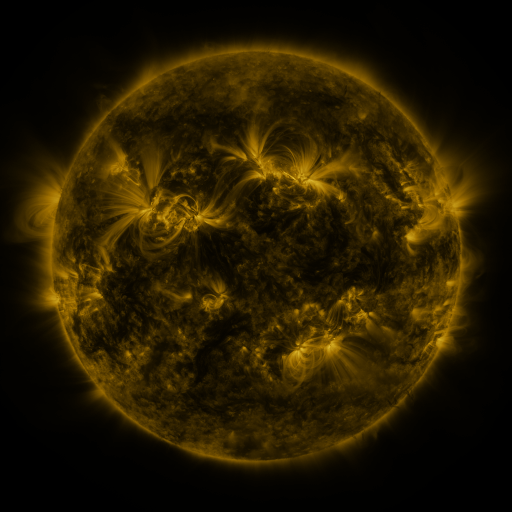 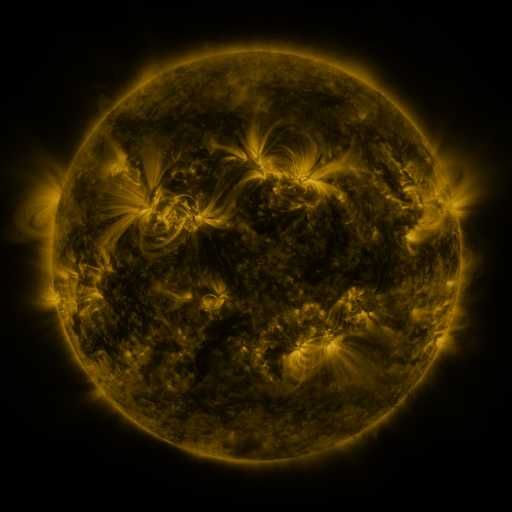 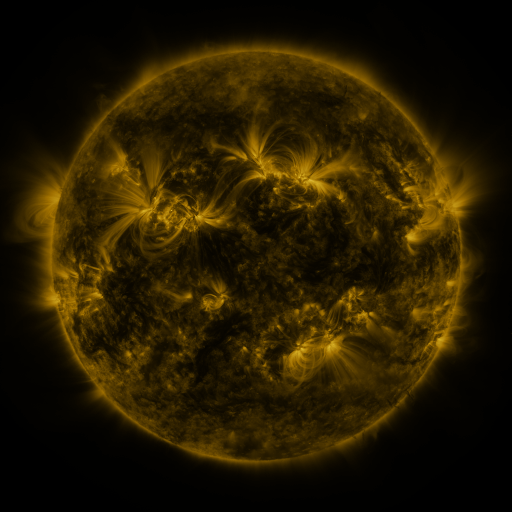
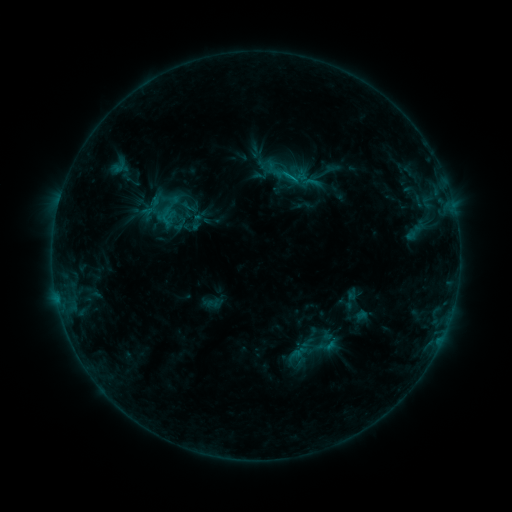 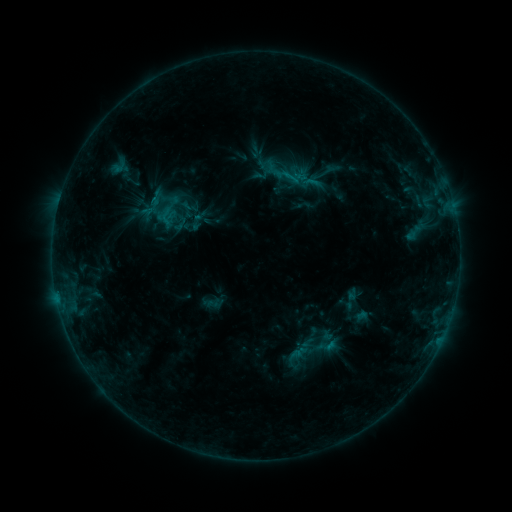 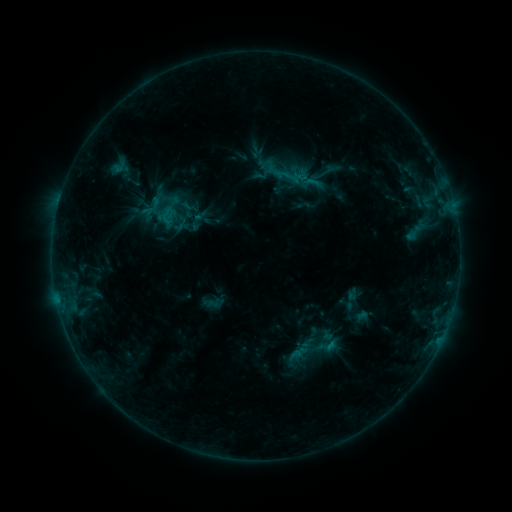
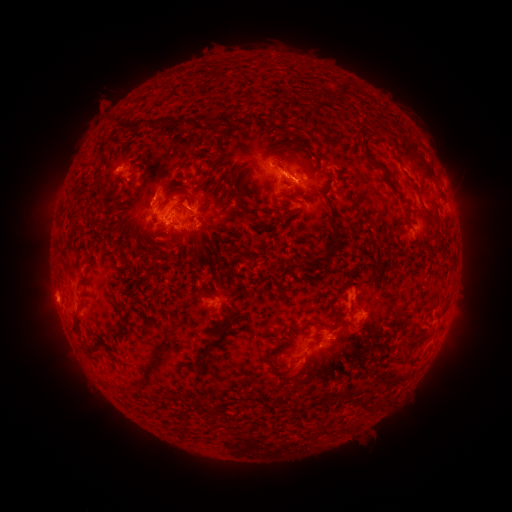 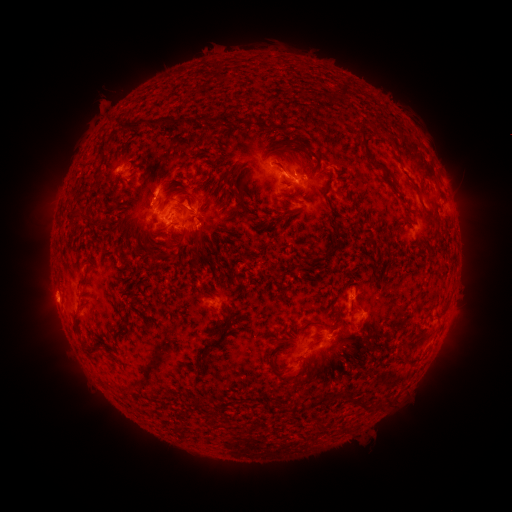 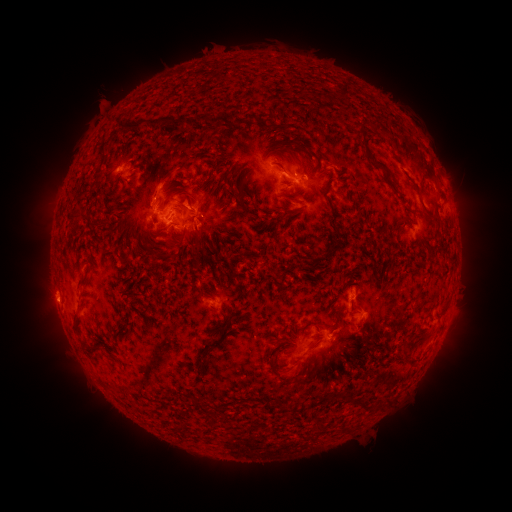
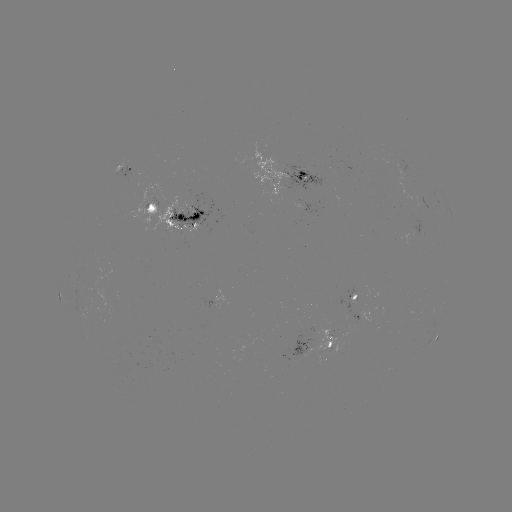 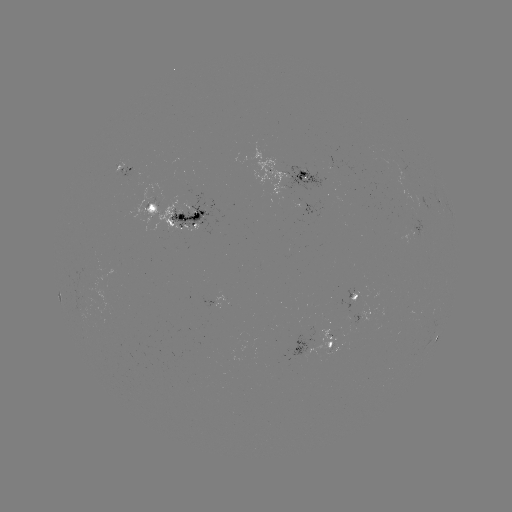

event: eruption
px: (159, 184)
